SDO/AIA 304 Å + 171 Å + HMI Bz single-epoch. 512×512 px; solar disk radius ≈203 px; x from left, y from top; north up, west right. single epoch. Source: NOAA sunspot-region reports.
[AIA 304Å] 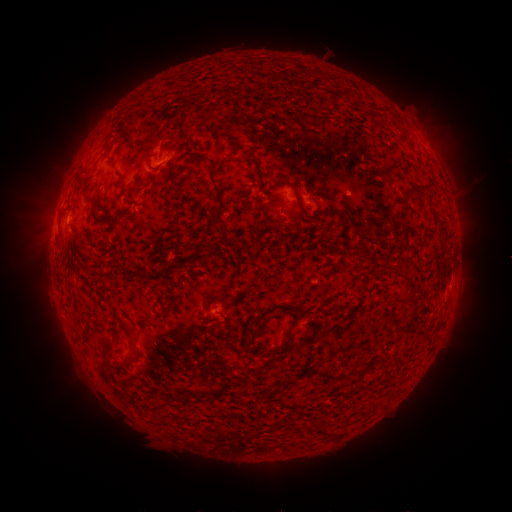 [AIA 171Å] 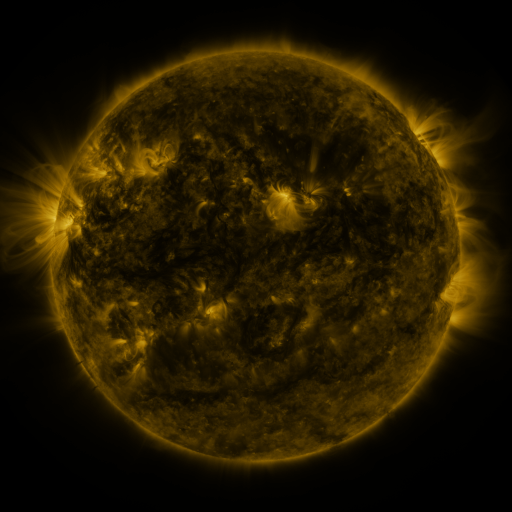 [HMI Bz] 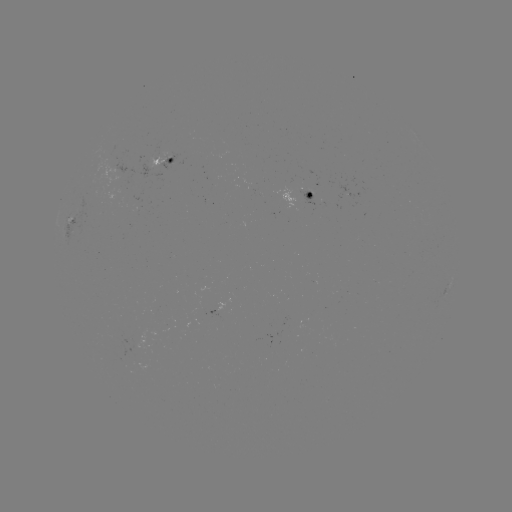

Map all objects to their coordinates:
spotted active region: (167, 161)
spotted active region: (318, 199)
